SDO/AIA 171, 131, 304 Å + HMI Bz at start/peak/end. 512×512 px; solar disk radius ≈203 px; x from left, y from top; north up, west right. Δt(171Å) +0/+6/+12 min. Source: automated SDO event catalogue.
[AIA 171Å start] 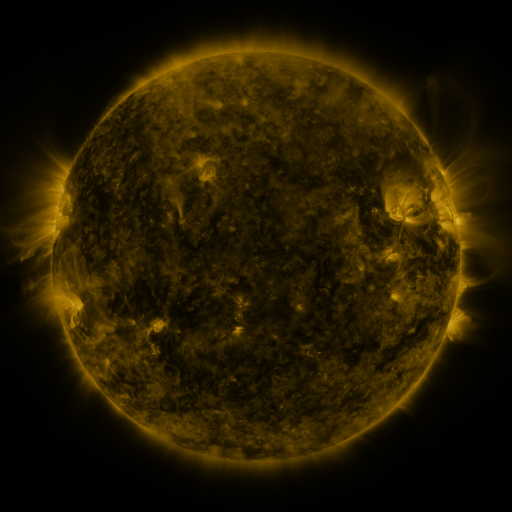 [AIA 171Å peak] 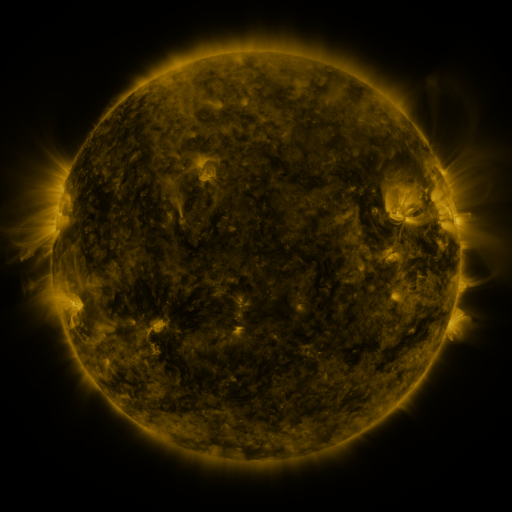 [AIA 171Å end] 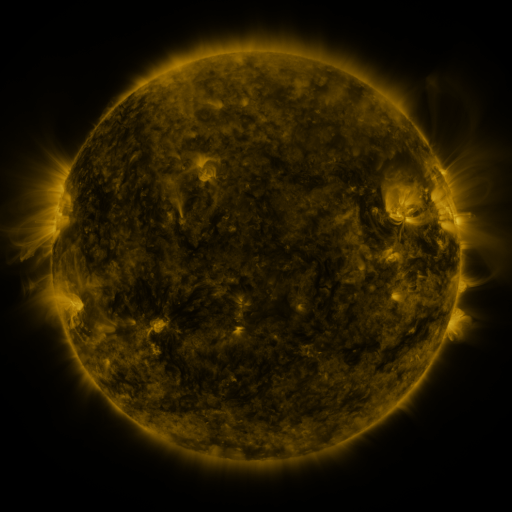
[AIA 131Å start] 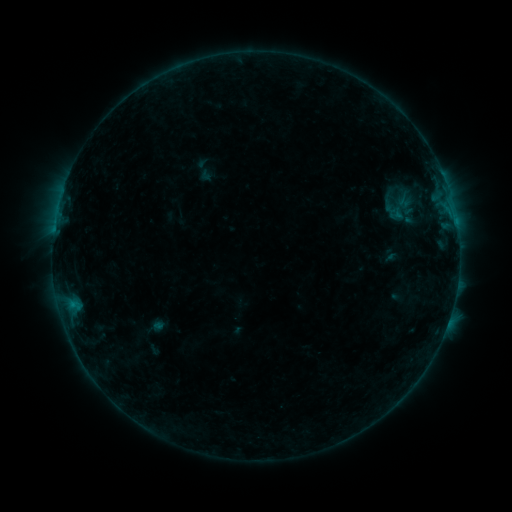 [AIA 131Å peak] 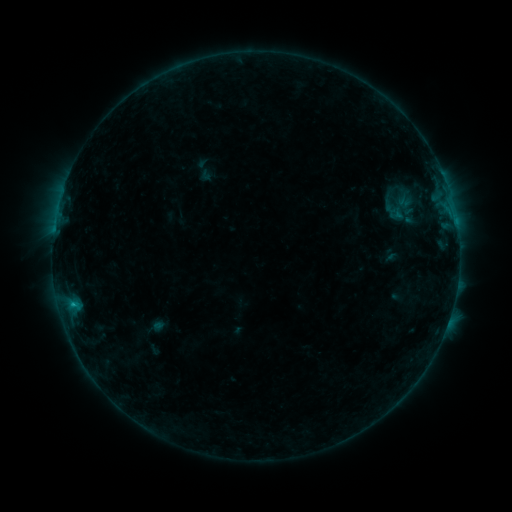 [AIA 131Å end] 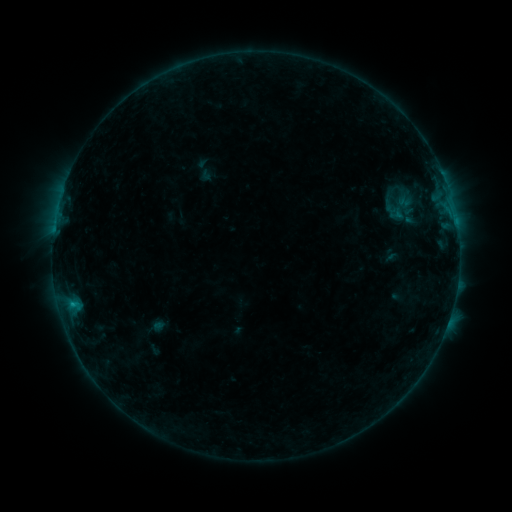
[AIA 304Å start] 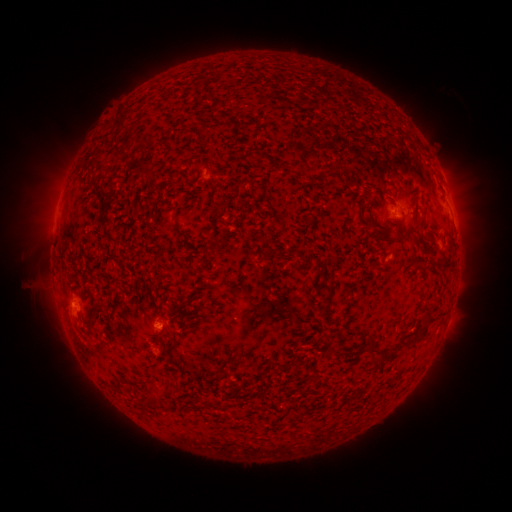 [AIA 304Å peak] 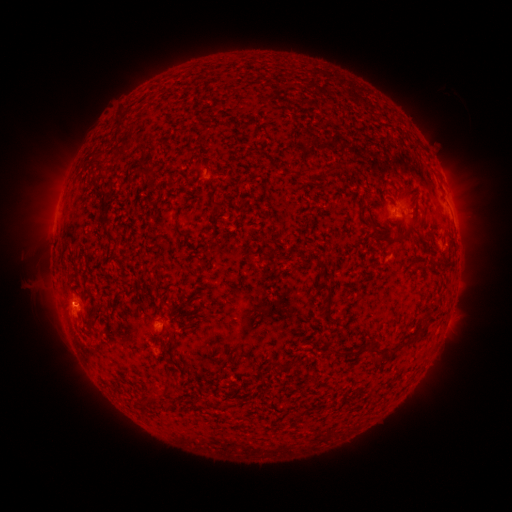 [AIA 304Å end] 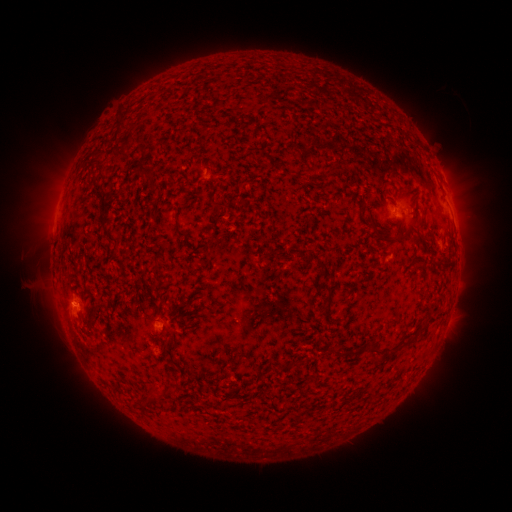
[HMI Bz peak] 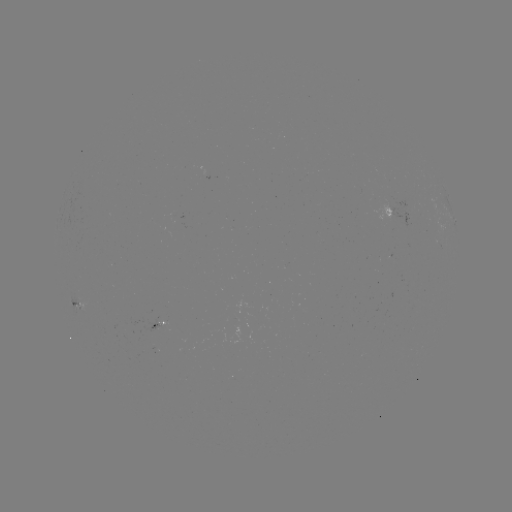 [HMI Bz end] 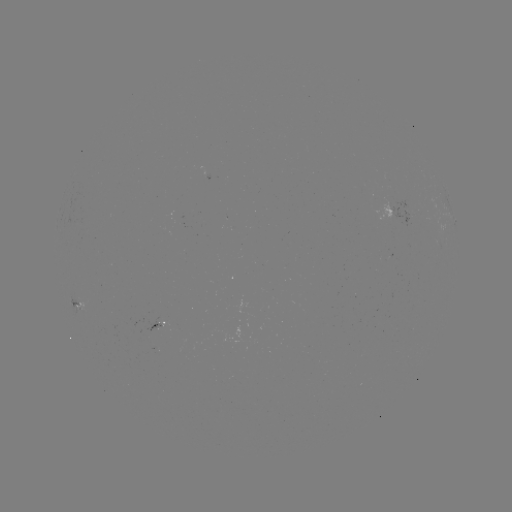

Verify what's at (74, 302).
B4.6 flare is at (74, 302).